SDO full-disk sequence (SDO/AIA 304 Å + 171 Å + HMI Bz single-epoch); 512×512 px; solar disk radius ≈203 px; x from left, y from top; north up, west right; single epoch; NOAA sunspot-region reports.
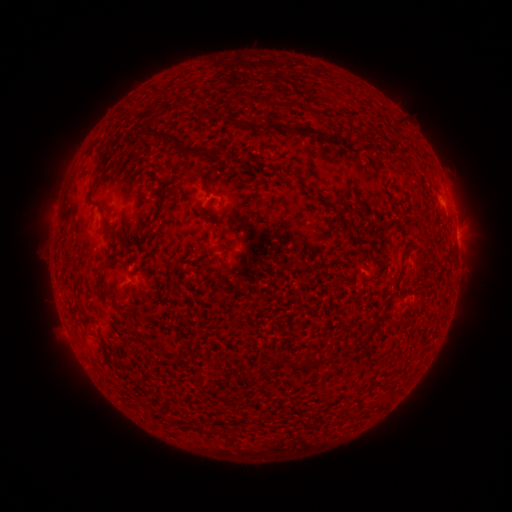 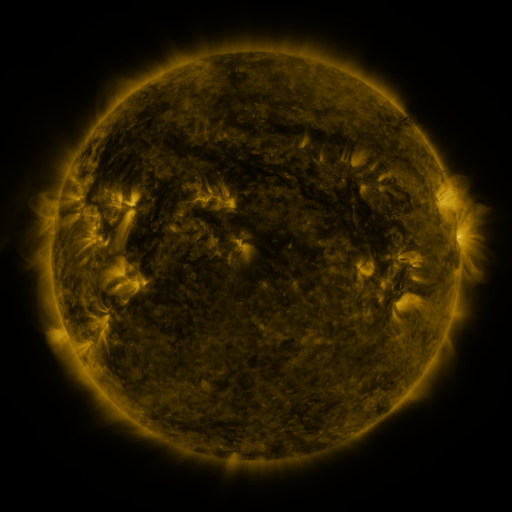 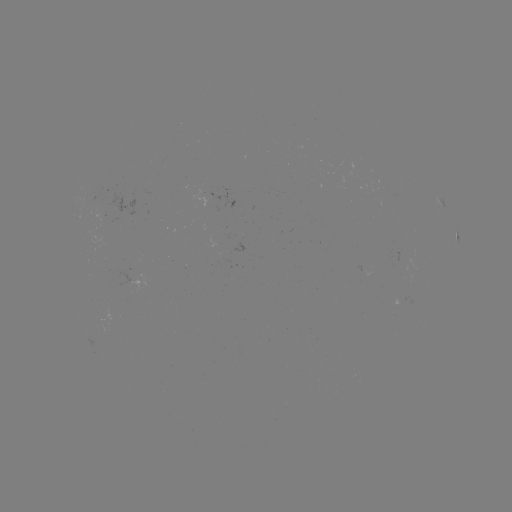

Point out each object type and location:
spotted active region: (442, 202)
spotted active region: (457, 241)
